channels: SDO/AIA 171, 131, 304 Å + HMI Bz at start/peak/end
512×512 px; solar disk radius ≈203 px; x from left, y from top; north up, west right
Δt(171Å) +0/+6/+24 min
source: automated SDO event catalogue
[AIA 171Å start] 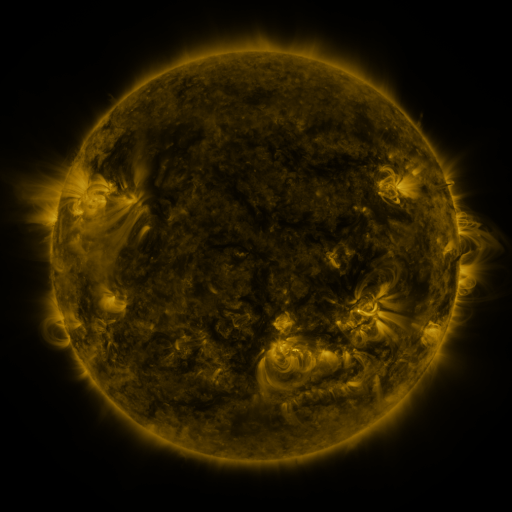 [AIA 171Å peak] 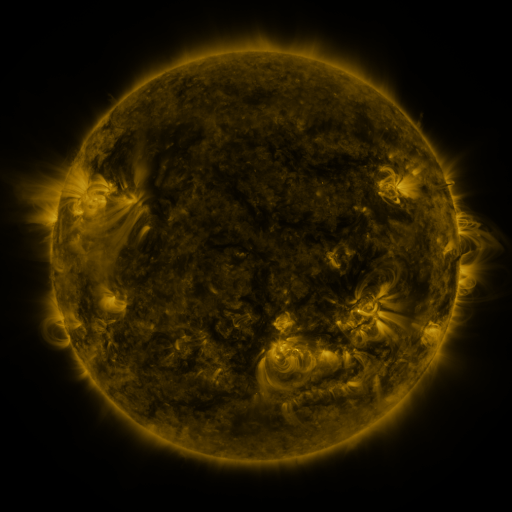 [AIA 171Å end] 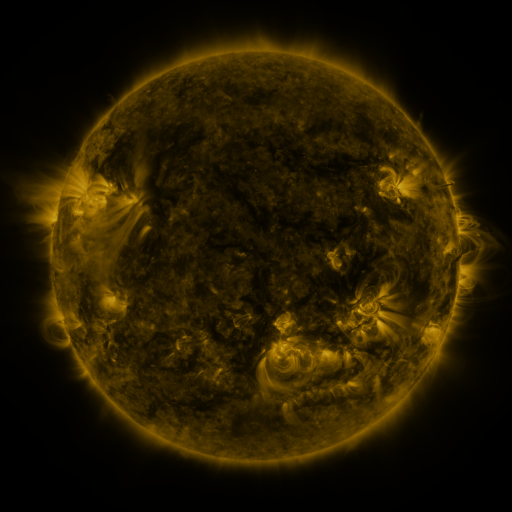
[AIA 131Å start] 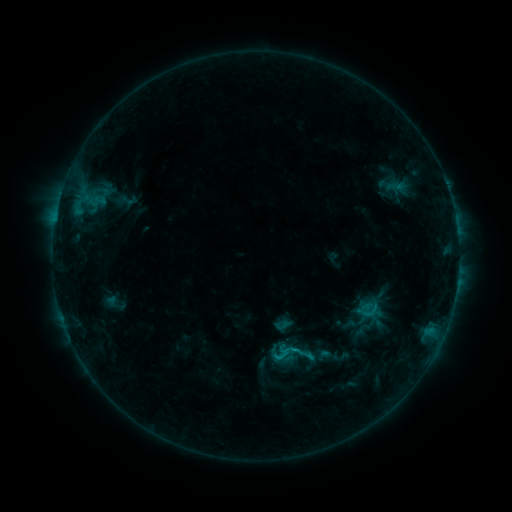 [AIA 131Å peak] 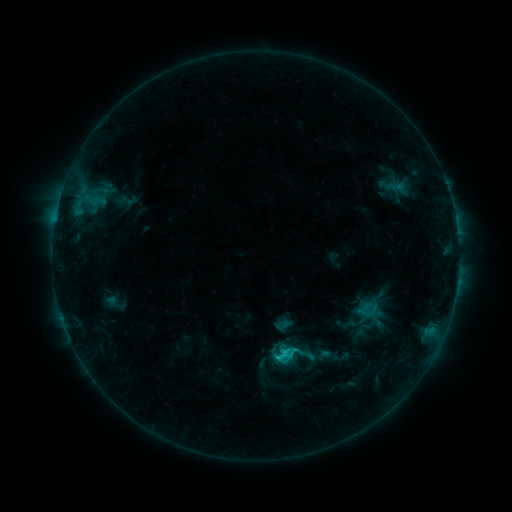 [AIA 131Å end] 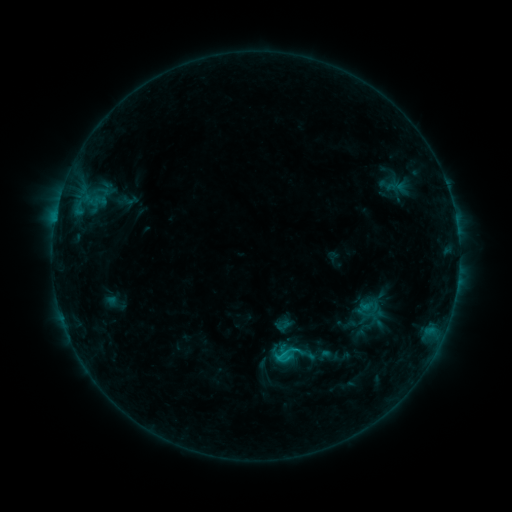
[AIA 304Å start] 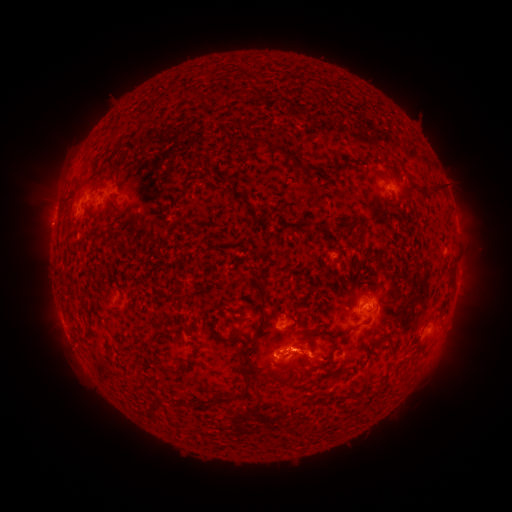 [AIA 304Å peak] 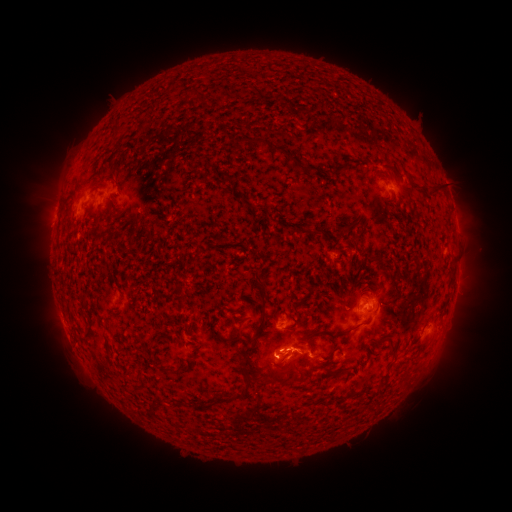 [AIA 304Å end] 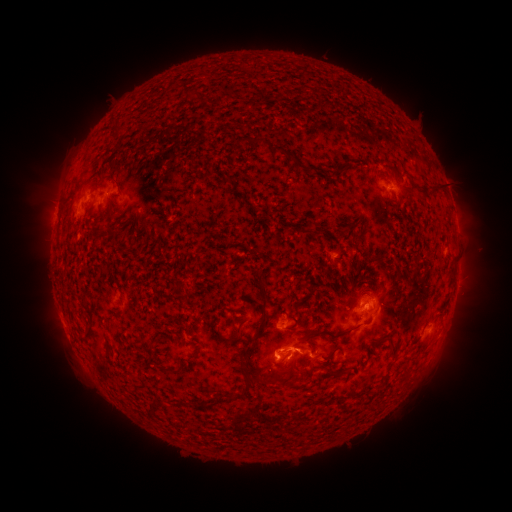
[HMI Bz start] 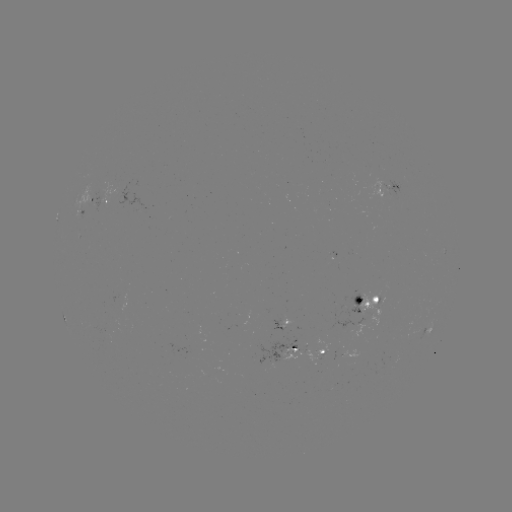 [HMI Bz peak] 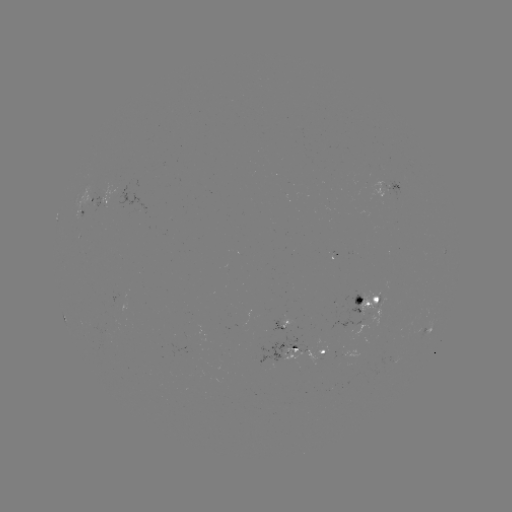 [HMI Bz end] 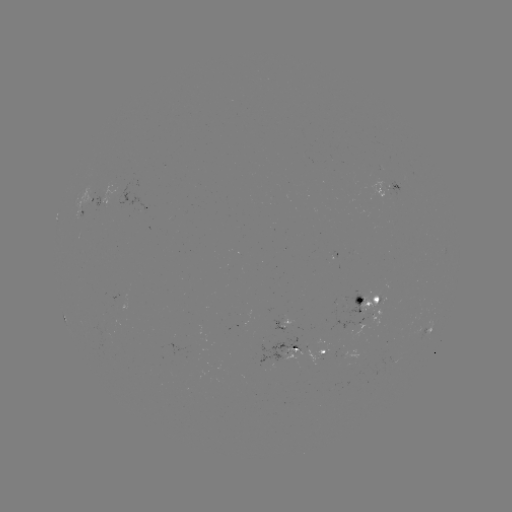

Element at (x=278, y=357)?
C1.9 flare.